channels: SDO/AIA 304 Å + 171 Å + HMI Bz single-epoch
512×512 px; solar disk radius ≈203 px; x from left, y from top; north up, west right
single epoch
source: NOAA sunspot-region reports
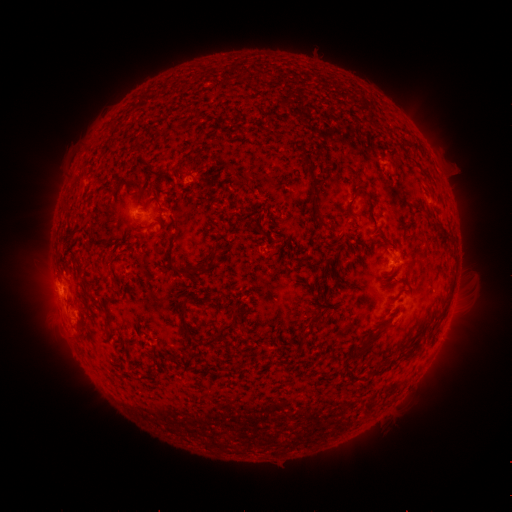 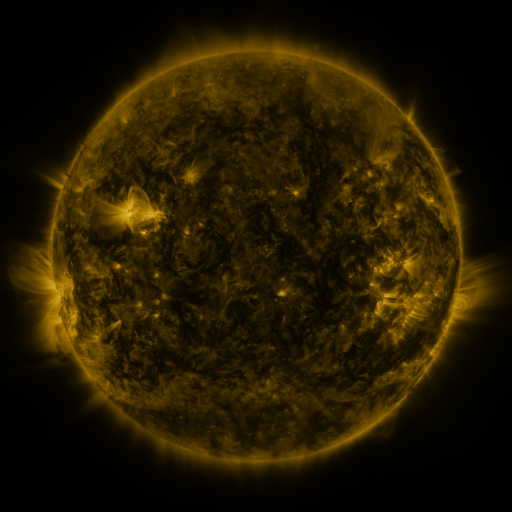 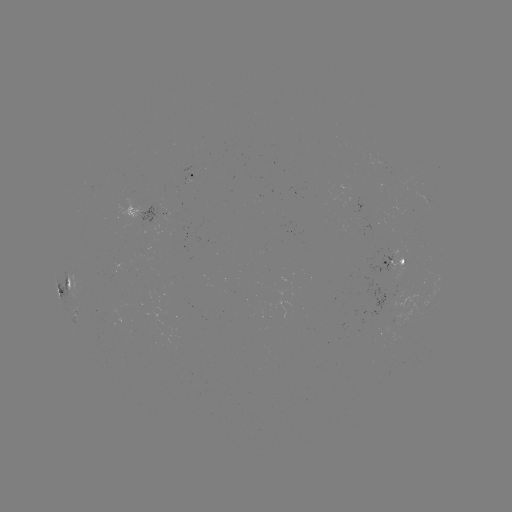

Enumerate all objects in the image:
spotted active region: (199, 176)
spotted active region: (137, 212)
spotted active region: (399, 256)
spotted active region: (71, 284)
spotted active region: (403, 317)
